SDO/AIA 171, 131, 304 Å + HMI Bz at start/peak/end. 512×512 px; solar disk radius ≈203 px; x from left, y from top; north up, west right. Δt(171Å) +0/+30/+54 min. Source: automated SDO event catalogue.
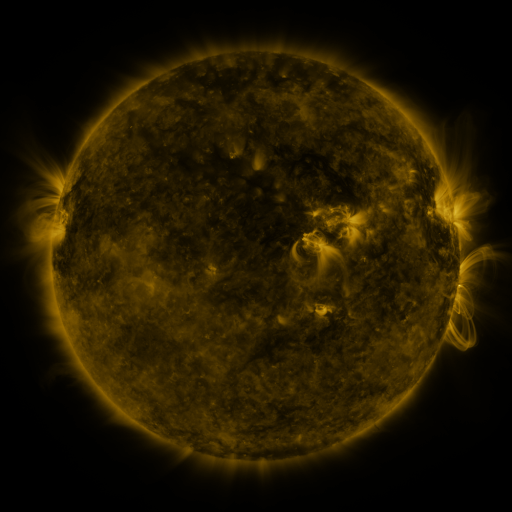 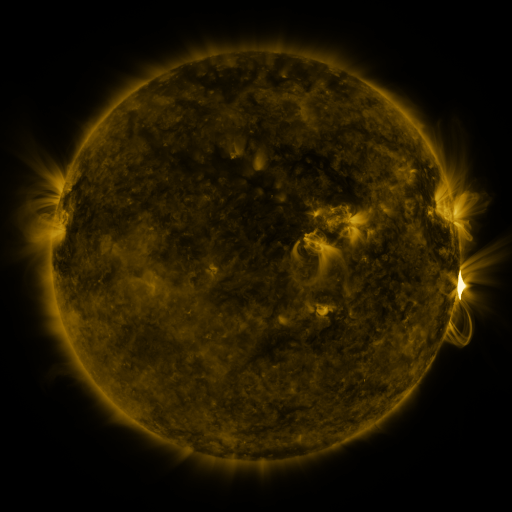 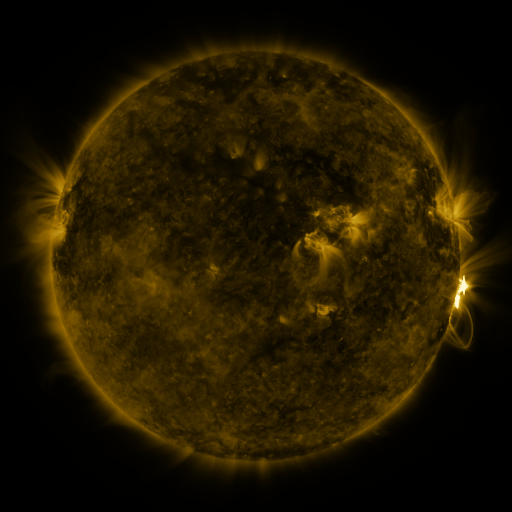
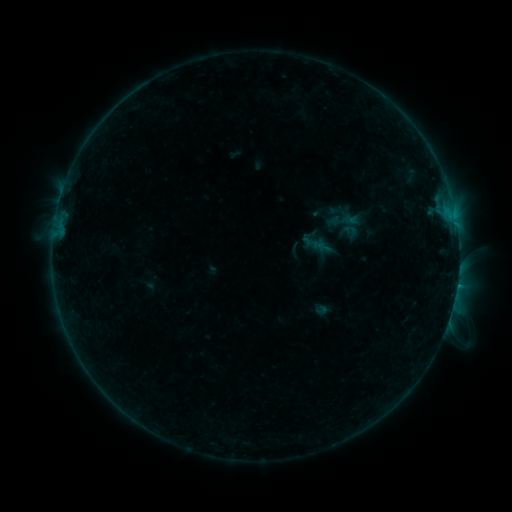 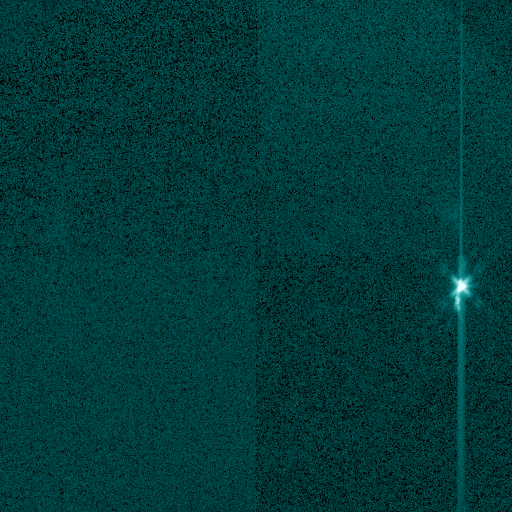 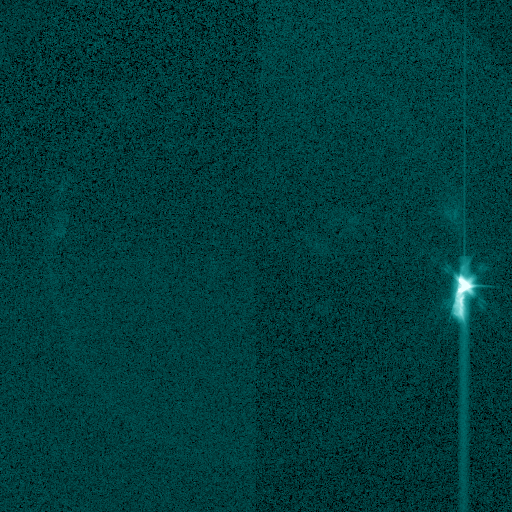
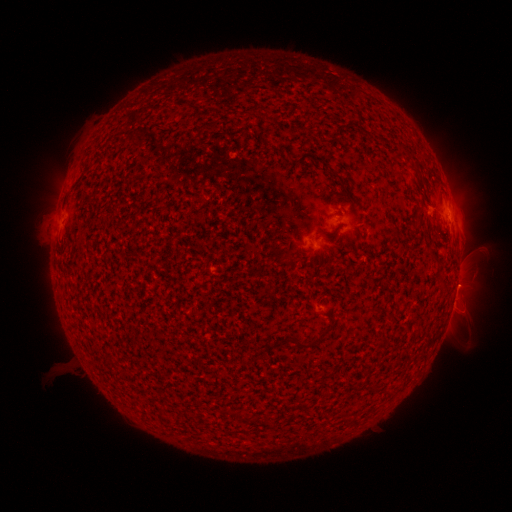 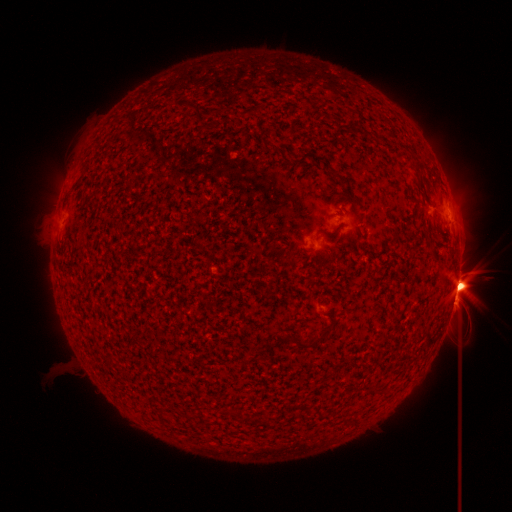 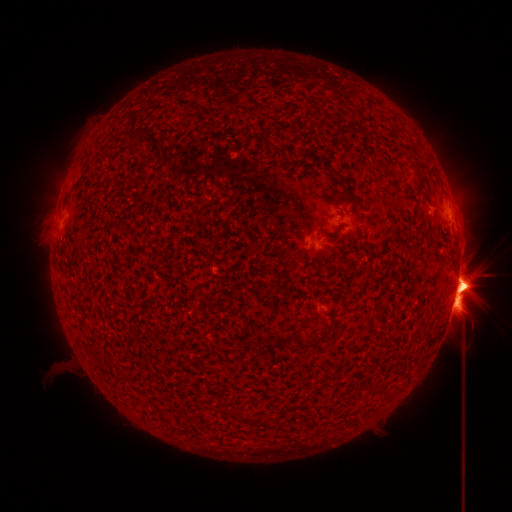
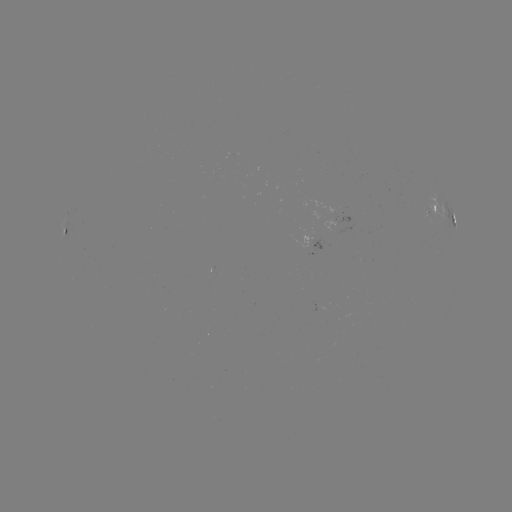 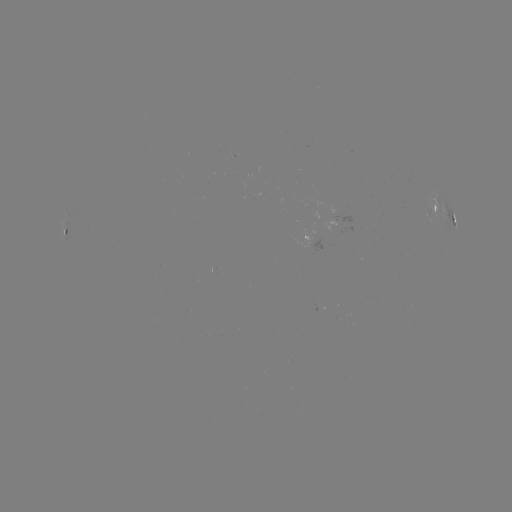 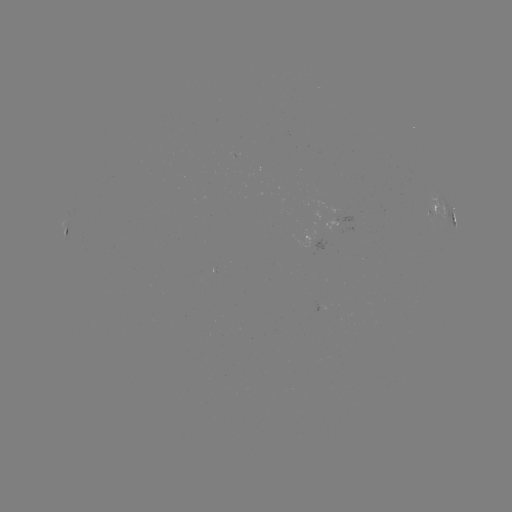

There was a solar flare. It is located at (457, 284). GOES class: X8.2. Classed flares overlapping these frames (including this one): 1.